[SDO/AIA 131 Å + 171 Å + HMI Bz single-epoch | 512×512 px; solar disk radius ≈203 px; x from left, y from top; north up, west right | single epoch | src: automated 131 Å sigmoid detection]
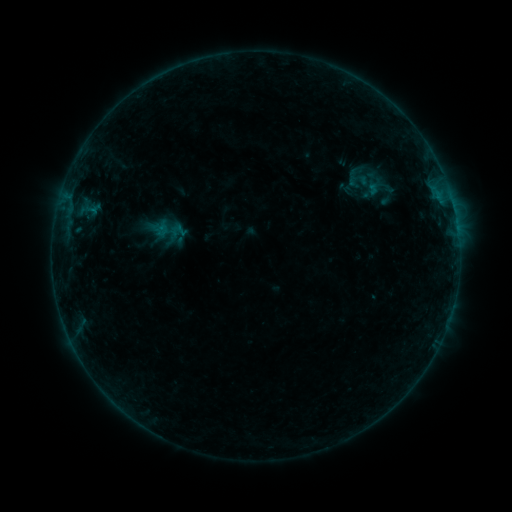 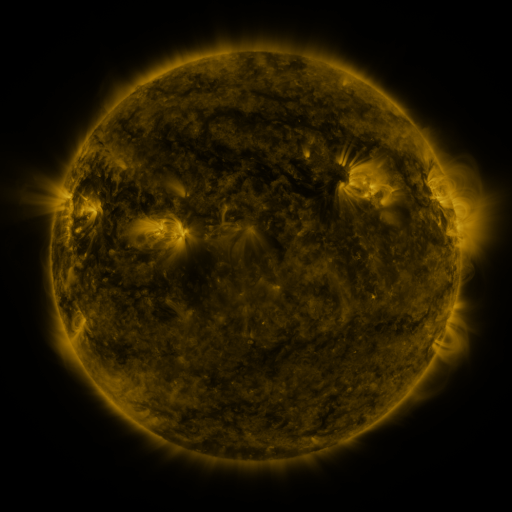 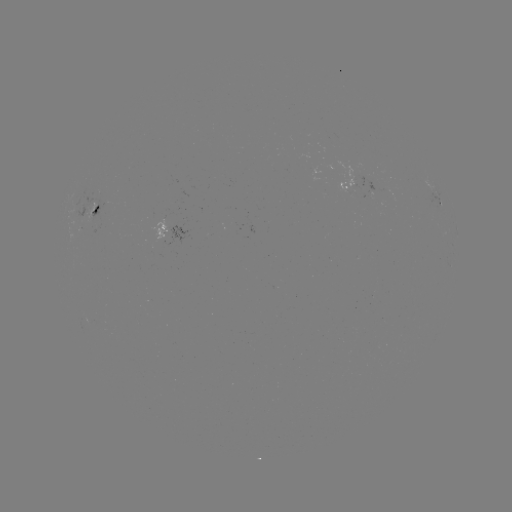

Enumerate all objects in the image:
sigmoid: [343, 167, 374, 191]
